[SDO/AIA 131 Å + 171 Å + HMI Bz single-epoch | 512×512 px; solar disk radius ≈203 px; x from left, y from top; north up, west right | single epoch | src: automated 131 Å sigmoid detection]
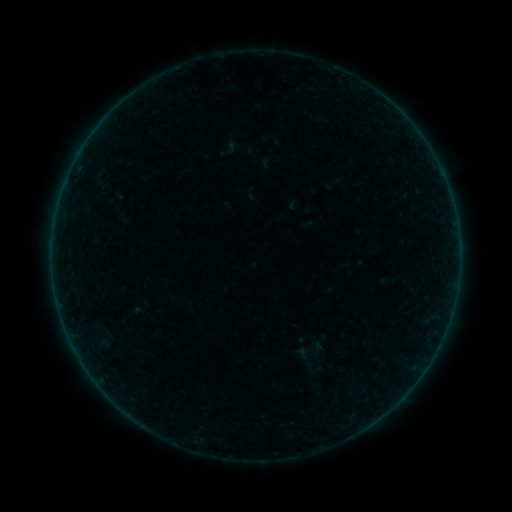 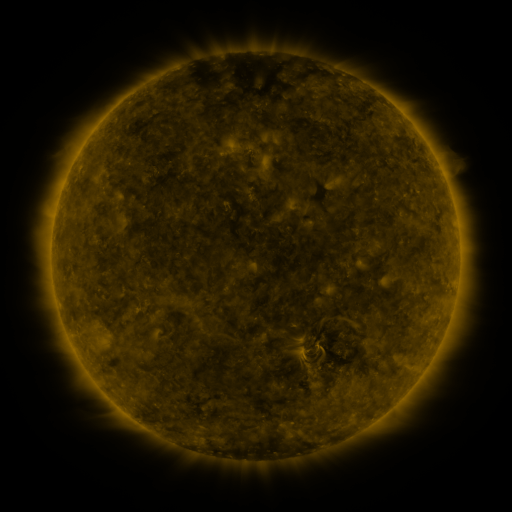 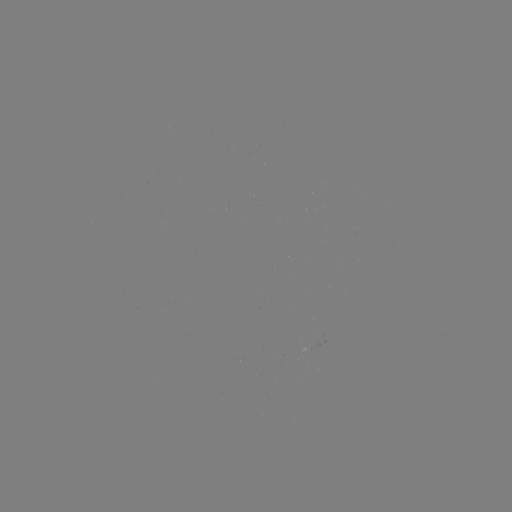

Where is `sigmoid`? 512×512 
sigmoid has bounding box [292, 337, 328, 373].